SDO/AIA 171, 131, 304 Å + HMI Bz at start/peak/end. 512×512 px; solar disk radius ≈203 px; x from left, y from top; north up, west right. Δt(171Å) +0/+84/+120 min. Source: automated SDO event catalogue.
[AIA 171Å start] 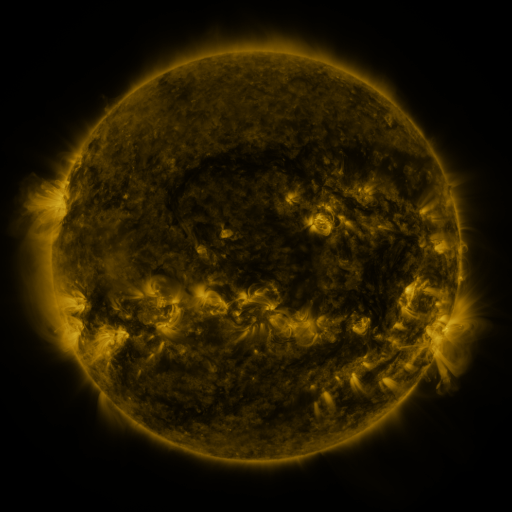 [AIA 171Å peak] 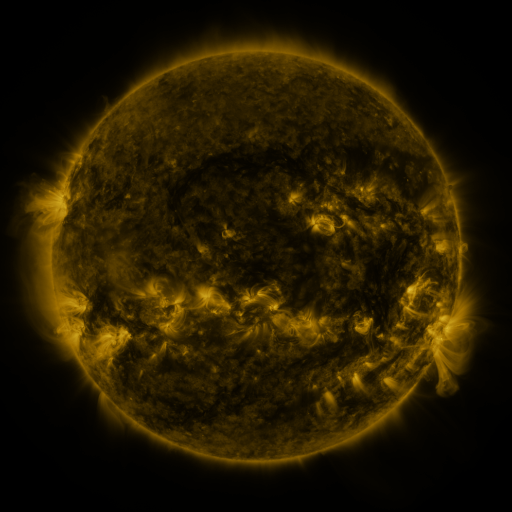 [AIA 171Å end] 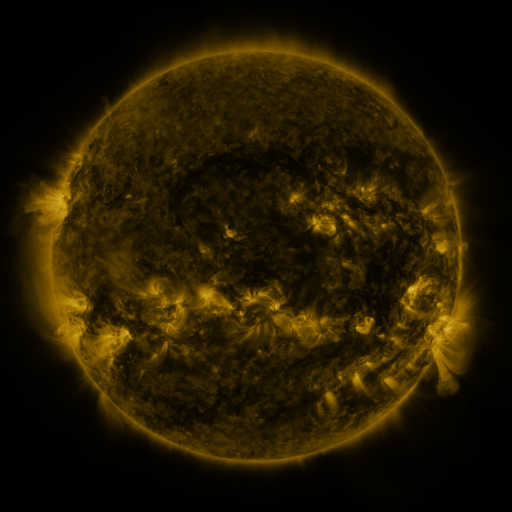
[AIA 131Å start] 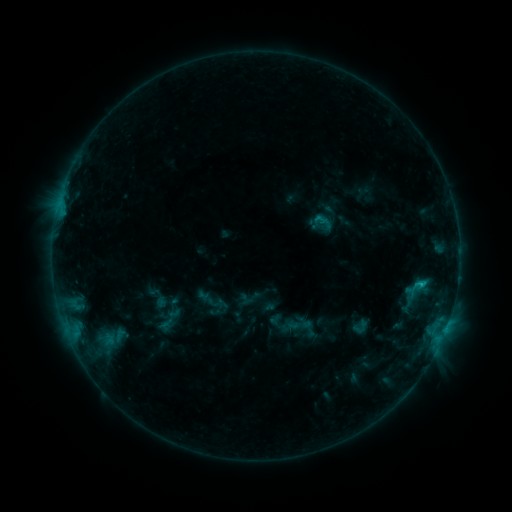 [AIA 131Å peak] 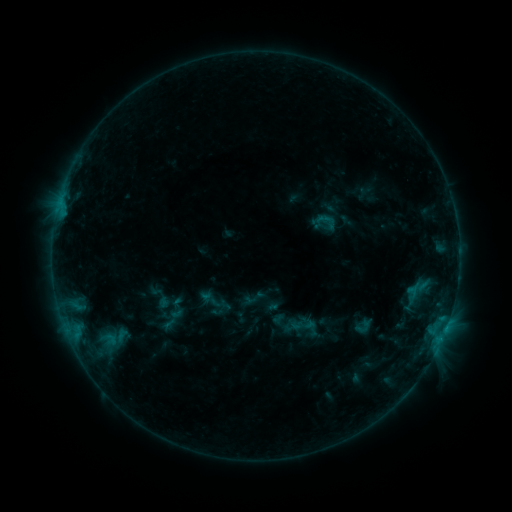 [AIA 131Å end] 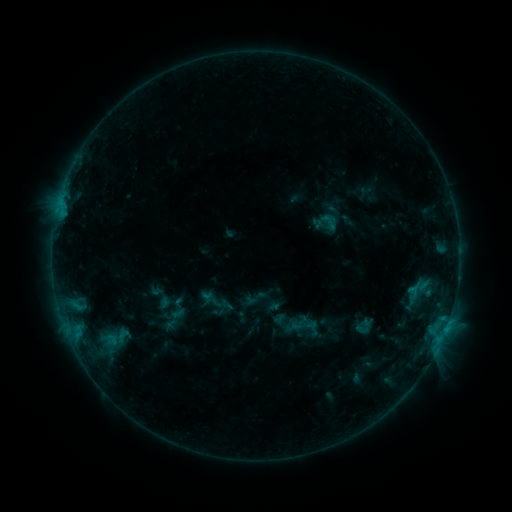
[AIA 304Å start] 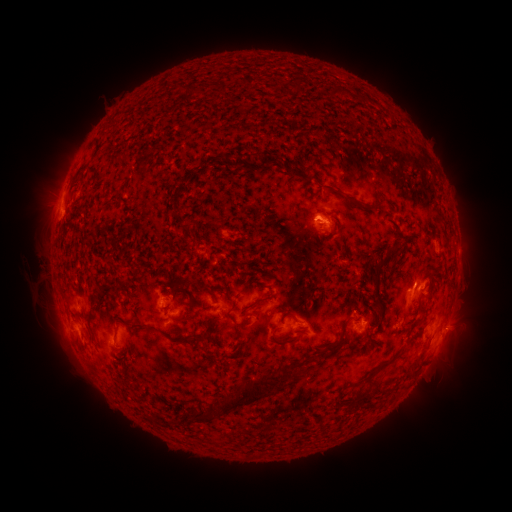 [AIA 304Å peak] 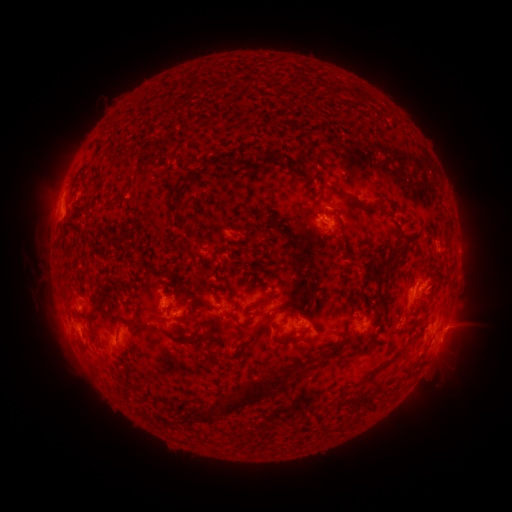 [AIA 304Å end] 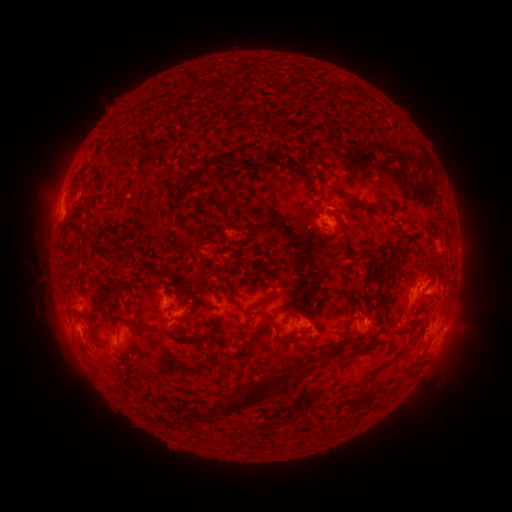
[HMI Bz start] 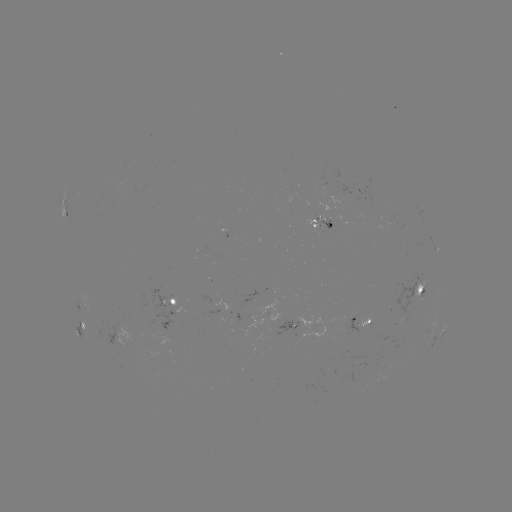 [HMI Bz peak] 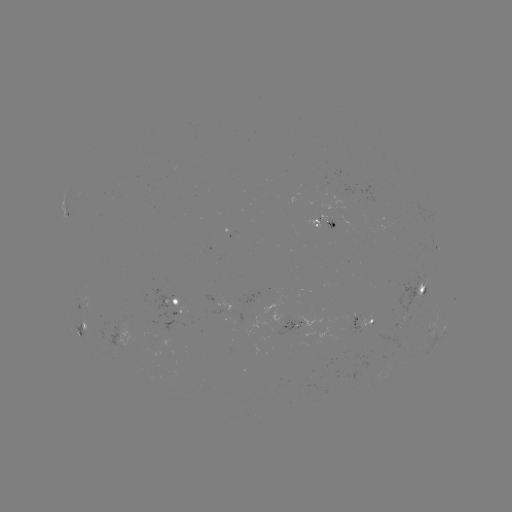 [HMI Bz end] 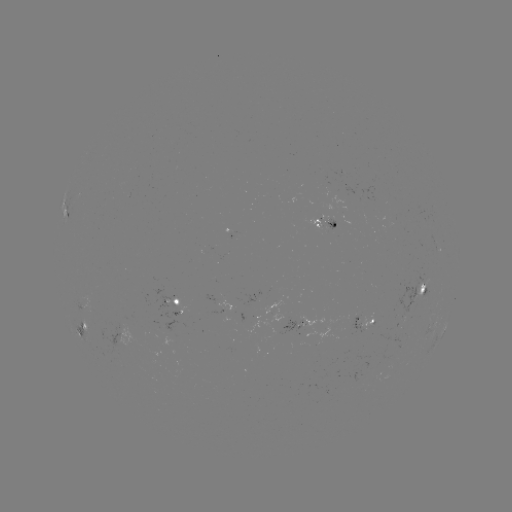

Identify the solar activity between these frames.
emerging-flux region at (409, 322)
